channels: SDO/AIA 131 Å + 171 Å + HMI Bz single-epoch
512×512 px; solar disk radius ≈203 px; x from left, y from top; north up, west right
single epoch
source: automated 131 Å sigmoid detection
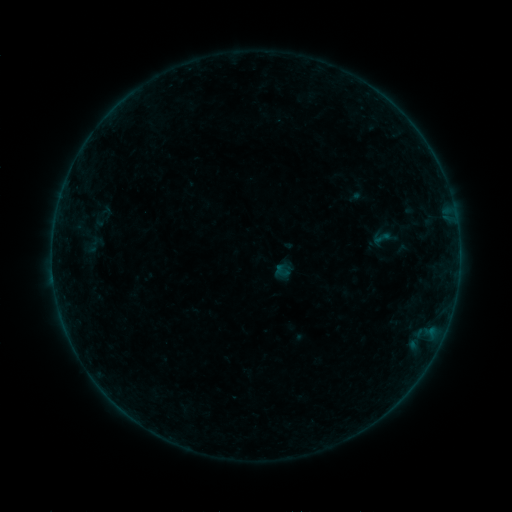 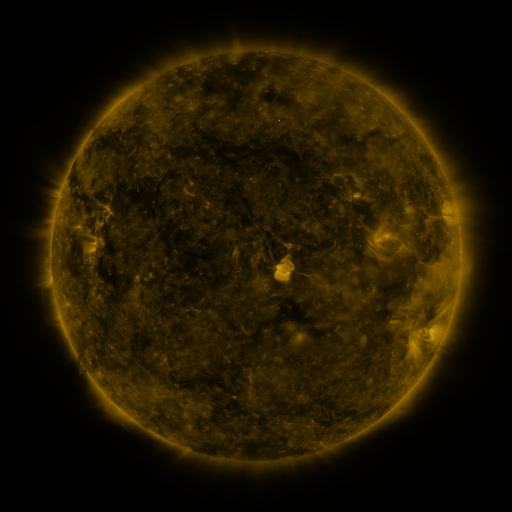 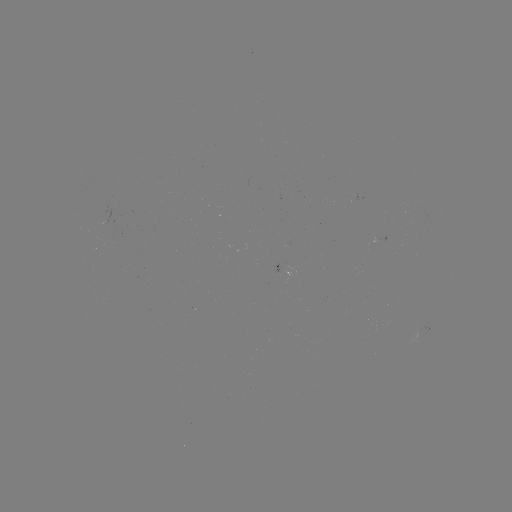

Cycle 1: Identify sigmoid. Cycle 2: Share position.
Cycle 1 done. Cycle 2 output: [381, 238].